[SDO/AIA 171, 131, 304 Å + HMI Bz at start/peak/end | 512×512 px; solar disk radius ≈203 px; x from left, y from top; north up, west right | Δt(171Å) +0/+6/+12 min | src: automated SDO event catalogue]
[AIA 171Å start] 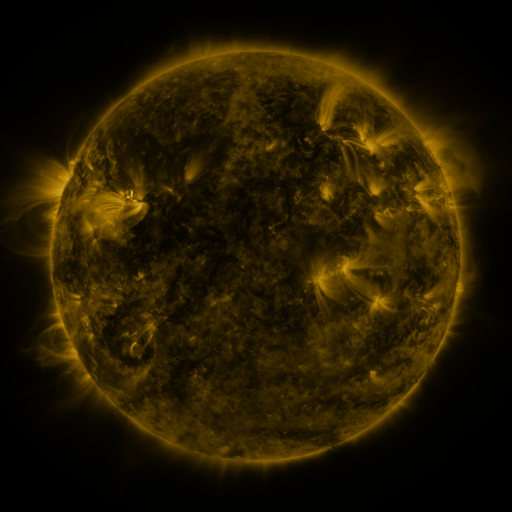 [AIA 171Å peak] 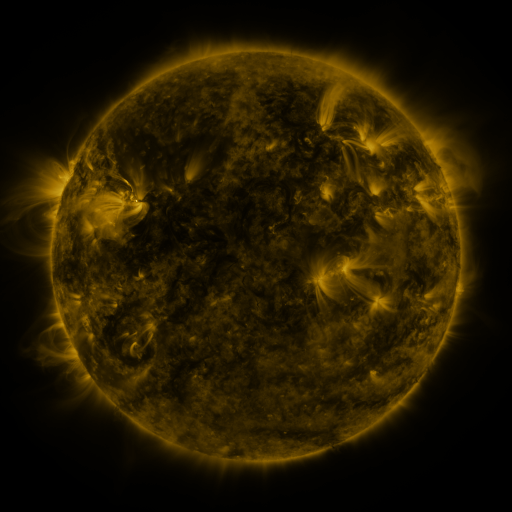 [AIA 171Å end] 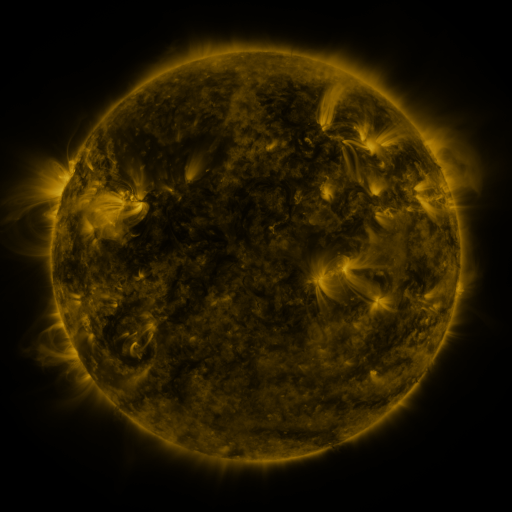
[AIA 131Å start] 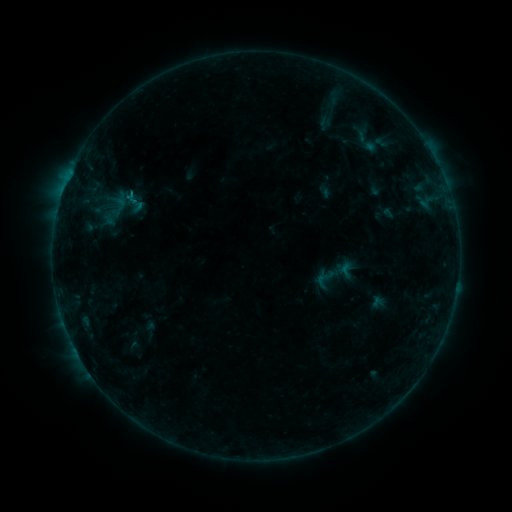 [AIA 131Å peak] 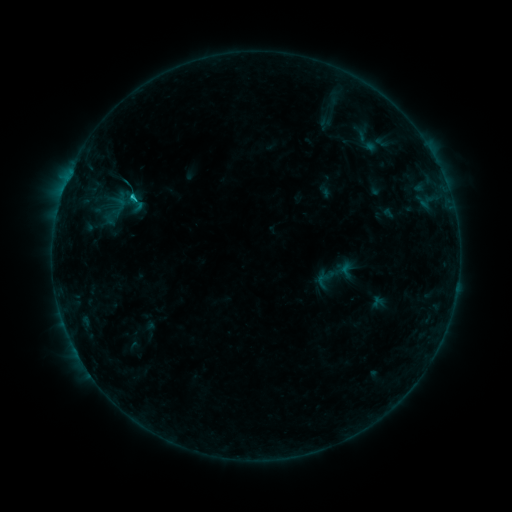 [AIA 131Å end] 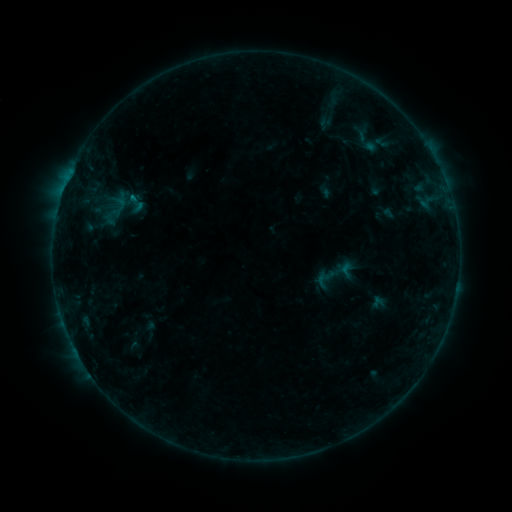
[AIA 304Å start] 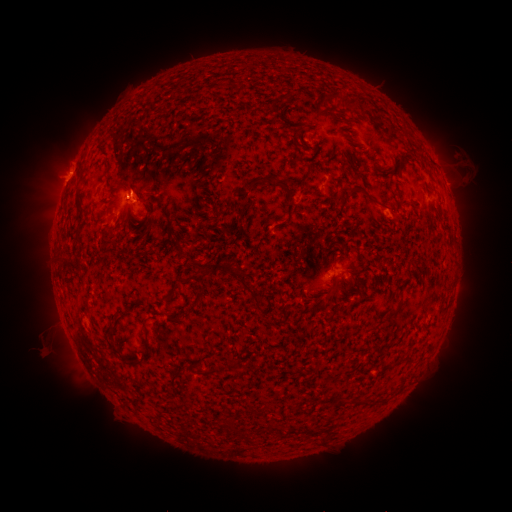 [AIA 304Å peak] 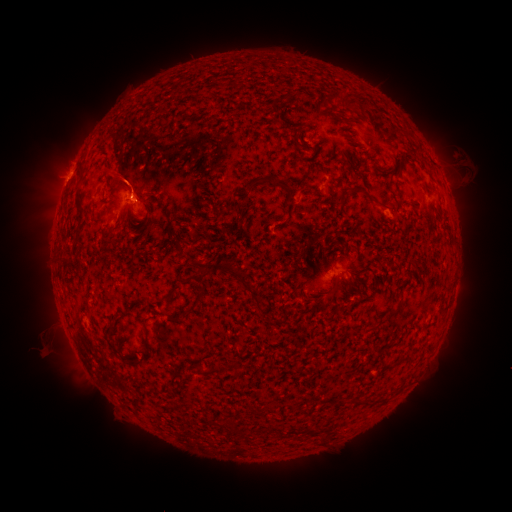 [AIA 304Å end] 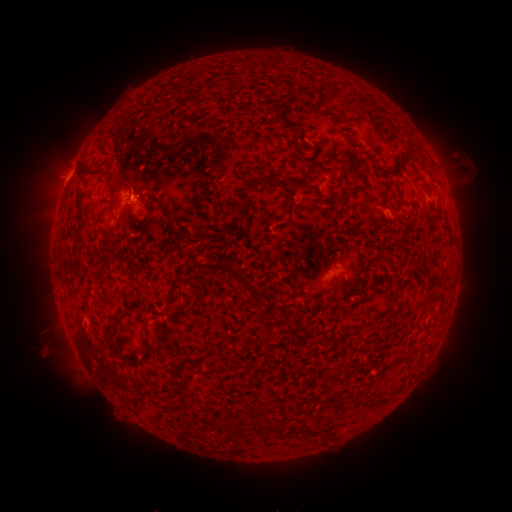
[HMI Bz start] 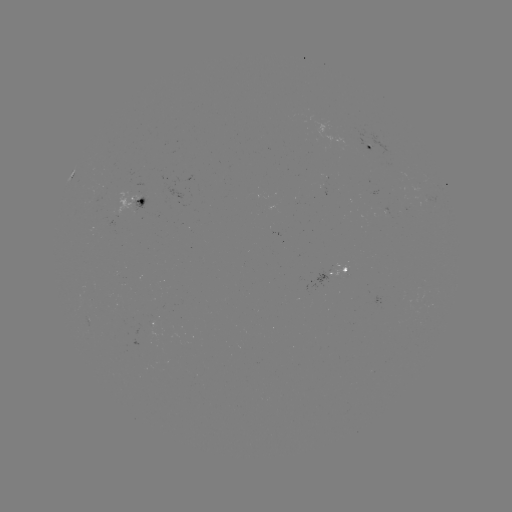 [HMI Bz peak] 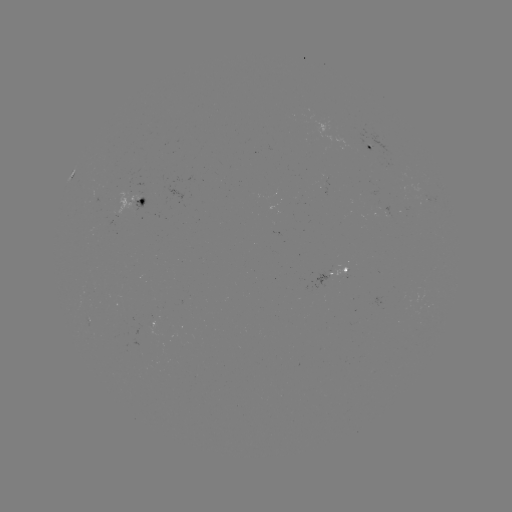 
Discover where B6.9 flare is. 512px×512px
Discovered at [133, 197].